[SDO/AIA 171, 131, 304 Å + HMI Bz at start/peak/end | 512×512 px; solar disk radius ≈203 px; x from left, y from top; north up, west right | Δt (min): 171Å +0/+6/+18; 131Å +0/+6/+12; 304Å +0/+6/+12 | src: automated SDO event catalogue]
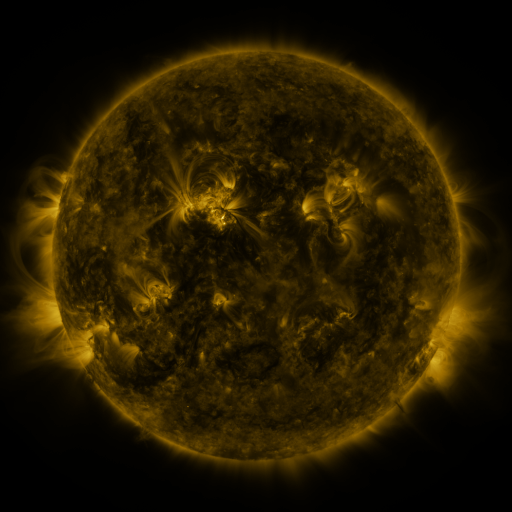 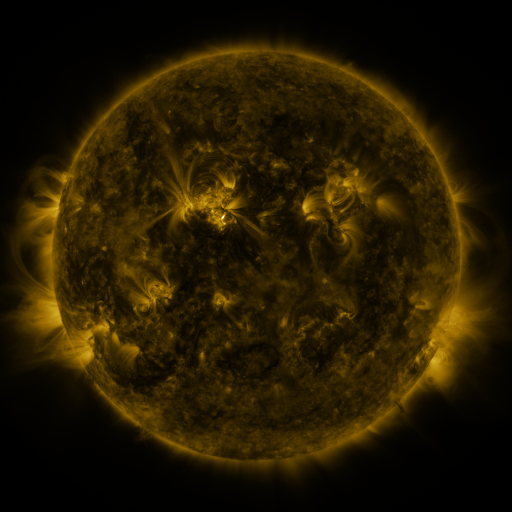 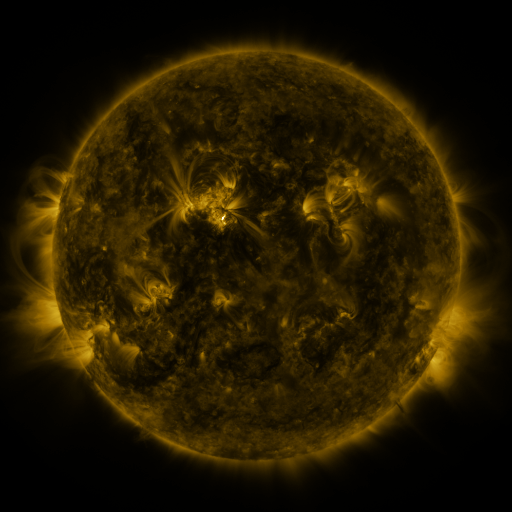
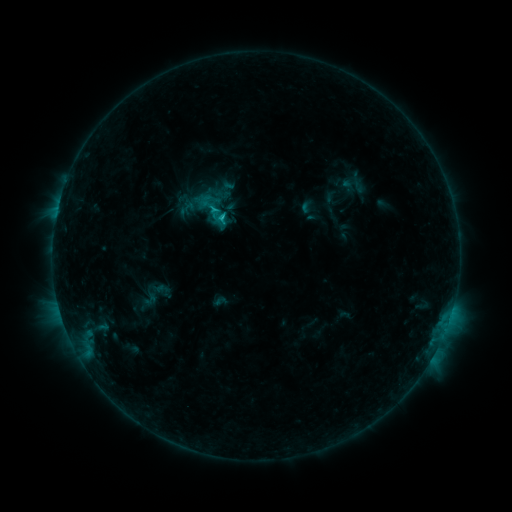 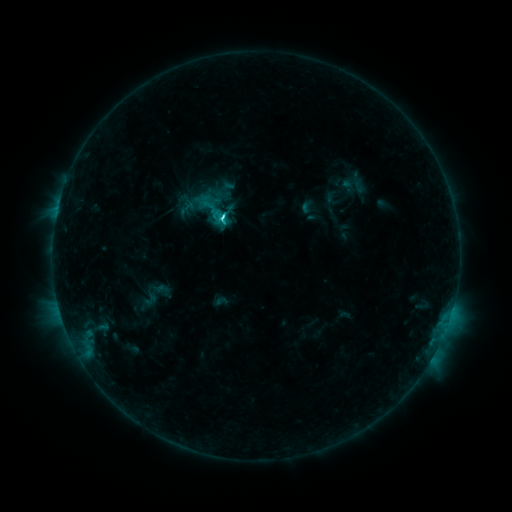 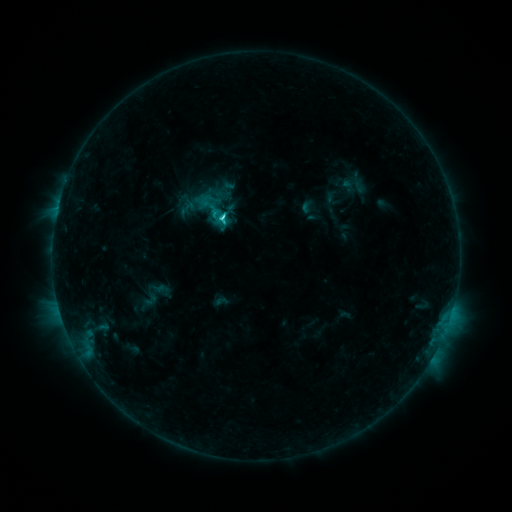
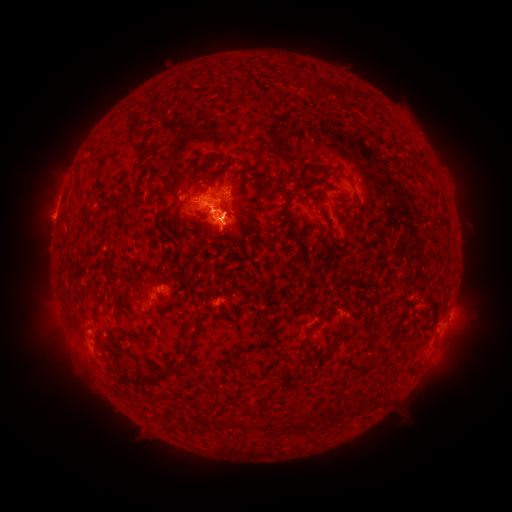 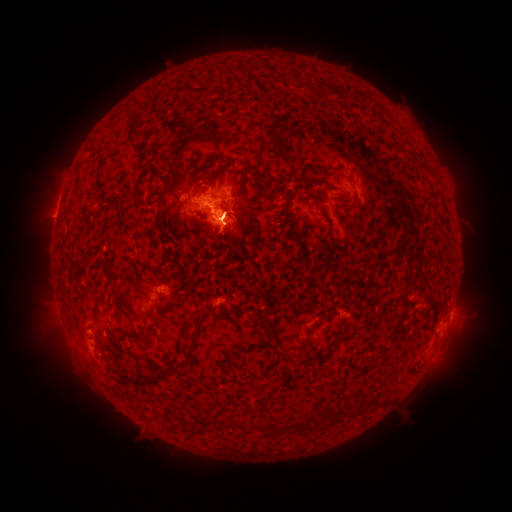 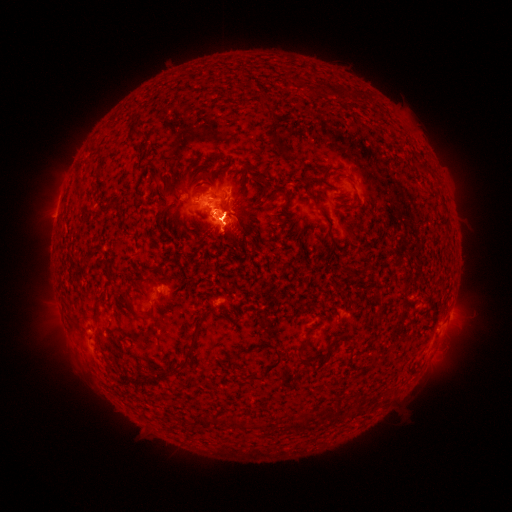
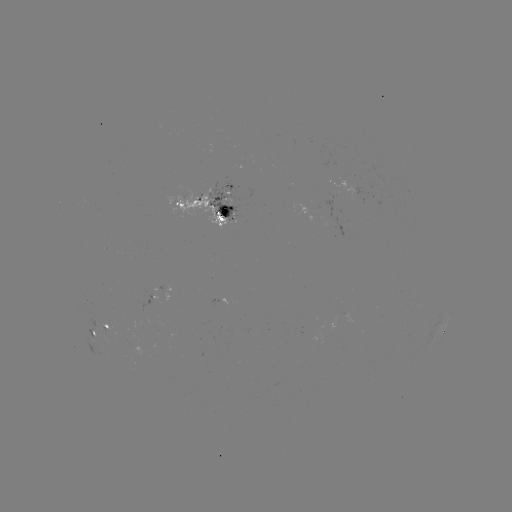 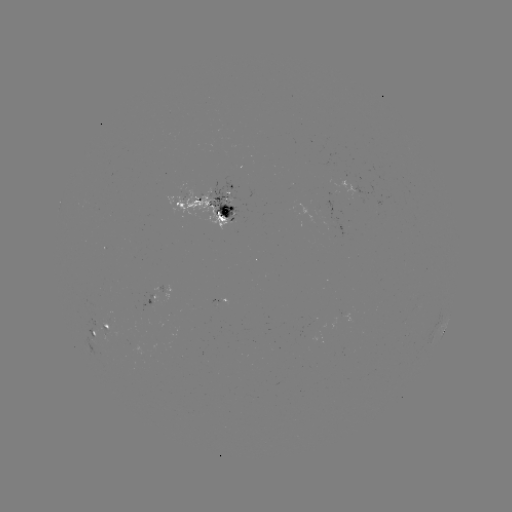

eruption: (418, 304, 485, 390)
